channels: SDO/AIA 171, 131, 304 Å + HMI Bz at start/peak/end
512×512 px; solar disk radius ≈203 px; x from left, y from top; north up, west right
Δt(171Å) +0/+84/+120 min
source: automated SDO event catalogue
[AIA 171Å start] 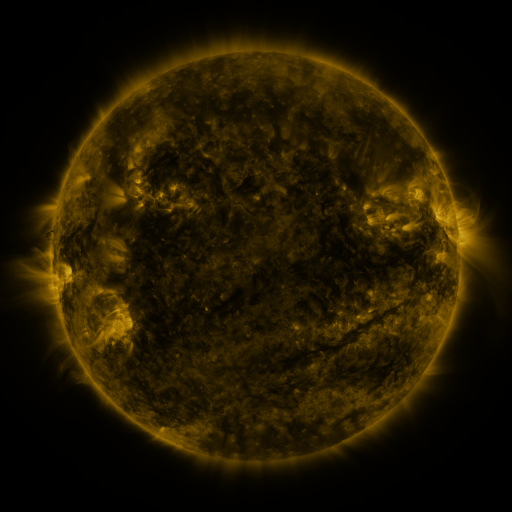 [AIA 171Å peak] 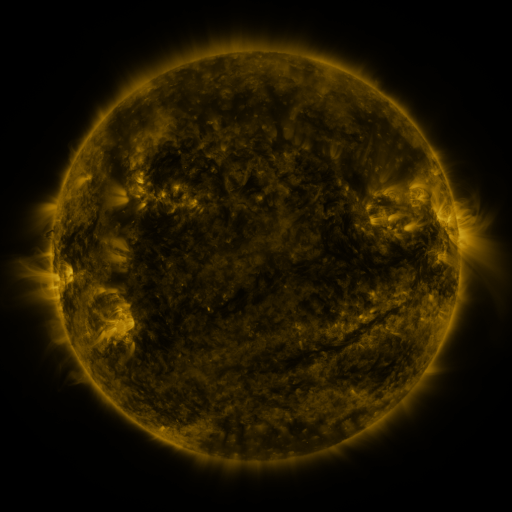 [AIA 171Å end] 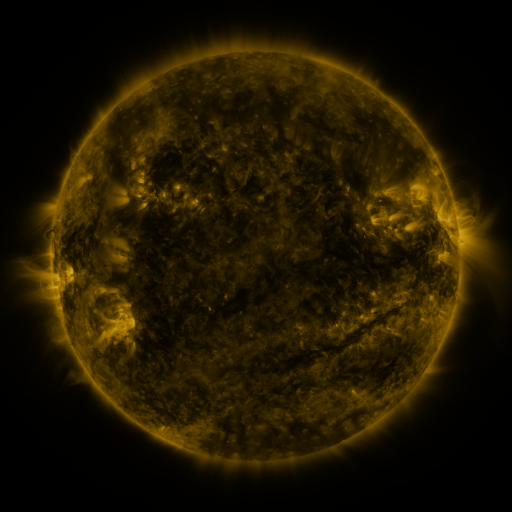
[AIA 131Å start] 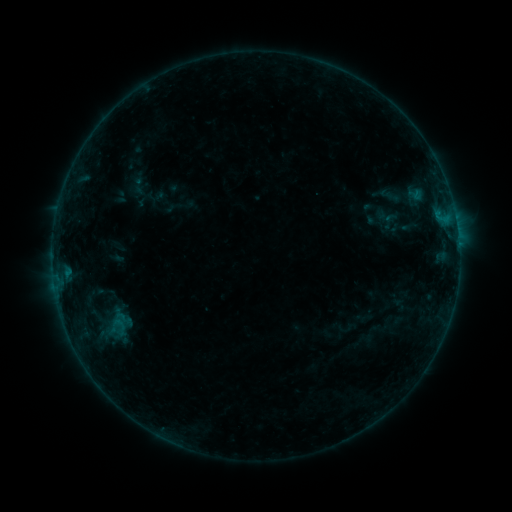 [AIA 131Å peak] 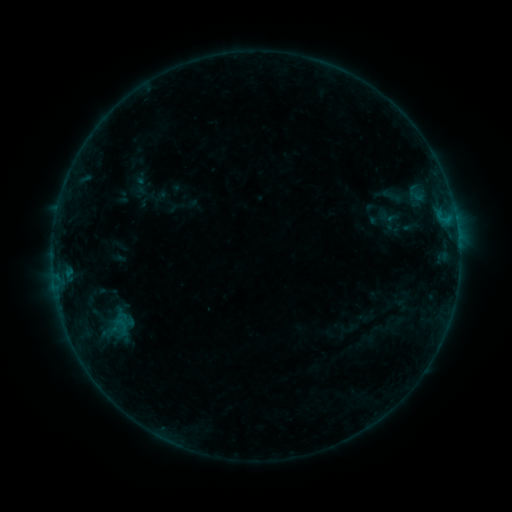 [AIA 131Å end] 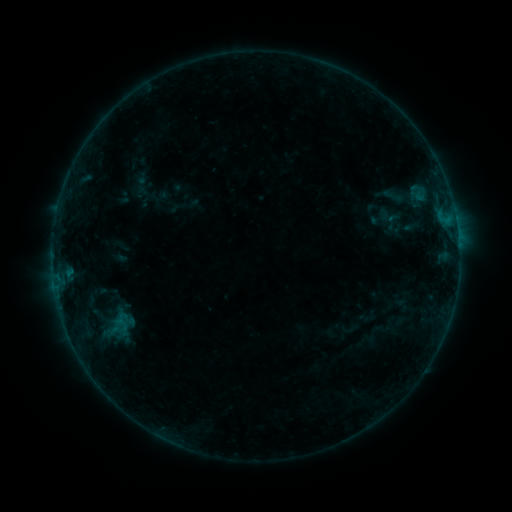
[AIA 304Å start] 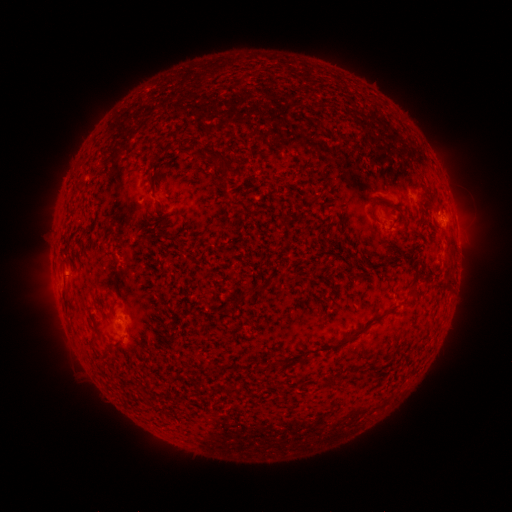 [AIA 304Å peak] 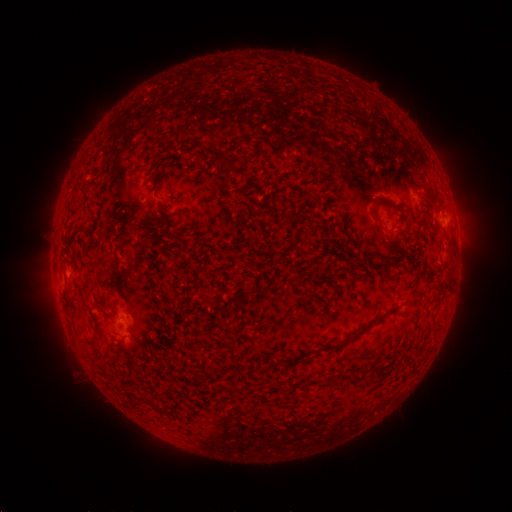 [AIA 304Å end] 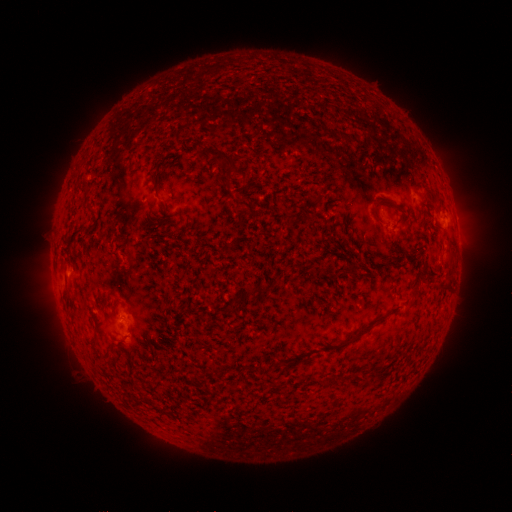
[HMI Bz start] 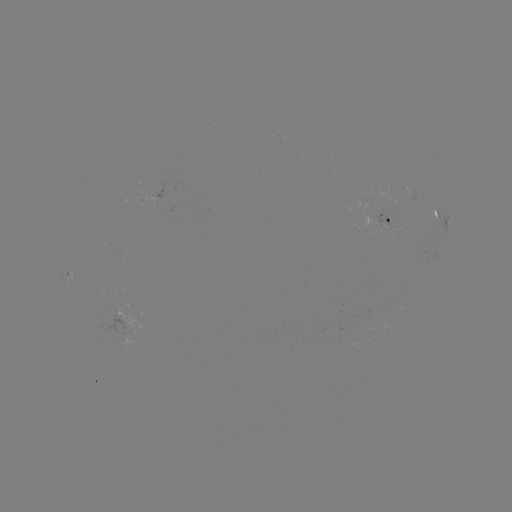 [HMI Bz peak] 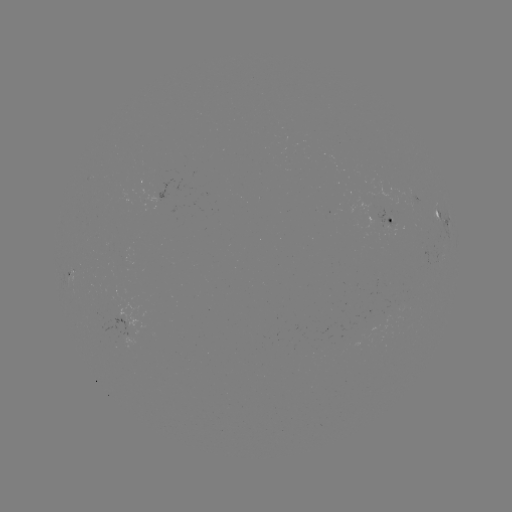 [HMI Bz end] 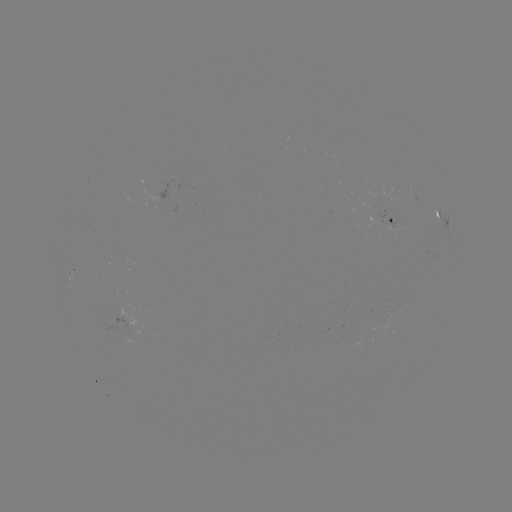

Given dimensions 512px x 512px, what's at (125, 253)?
emerging-flux region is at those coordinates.